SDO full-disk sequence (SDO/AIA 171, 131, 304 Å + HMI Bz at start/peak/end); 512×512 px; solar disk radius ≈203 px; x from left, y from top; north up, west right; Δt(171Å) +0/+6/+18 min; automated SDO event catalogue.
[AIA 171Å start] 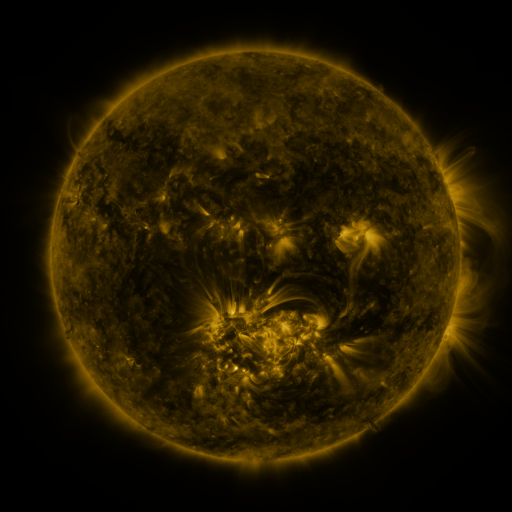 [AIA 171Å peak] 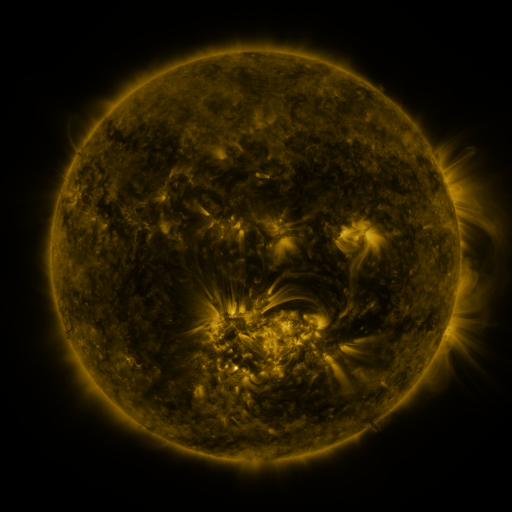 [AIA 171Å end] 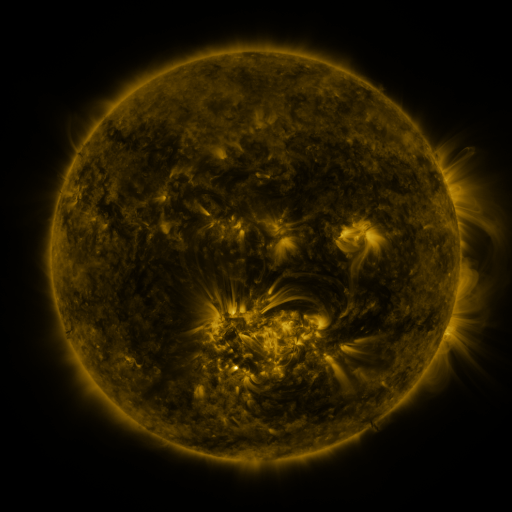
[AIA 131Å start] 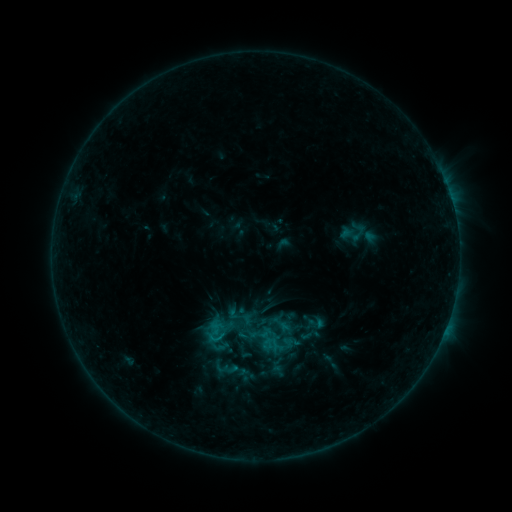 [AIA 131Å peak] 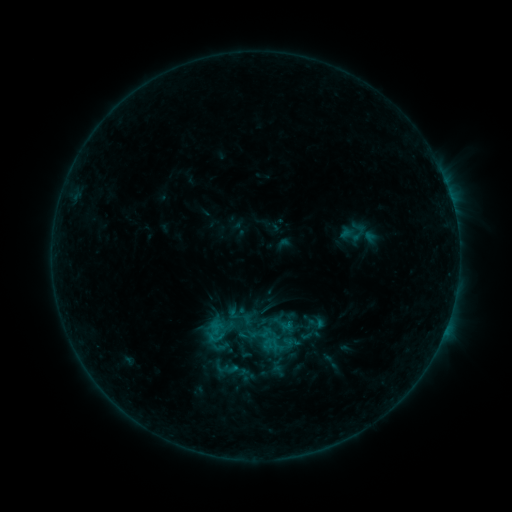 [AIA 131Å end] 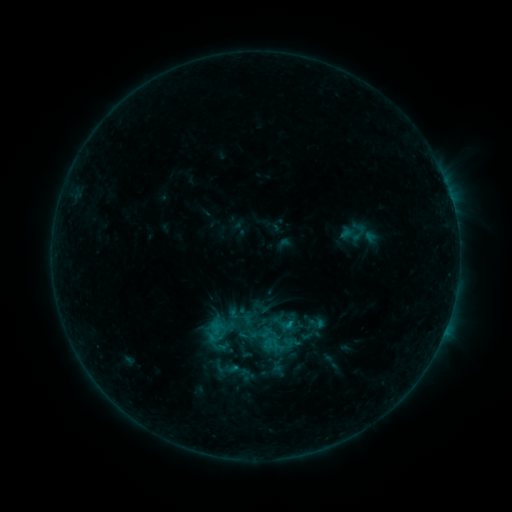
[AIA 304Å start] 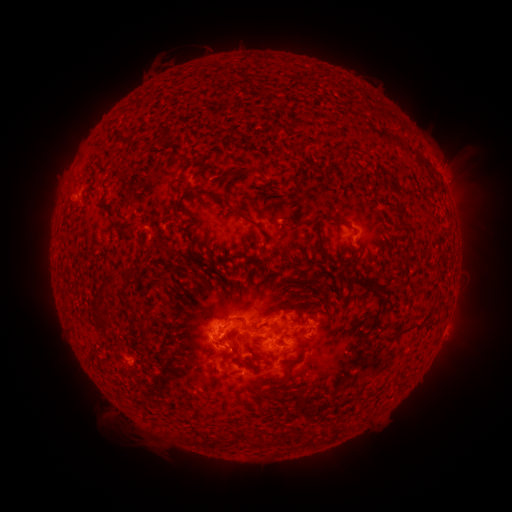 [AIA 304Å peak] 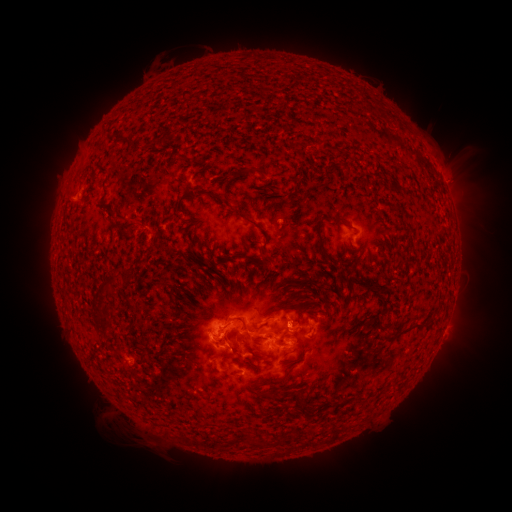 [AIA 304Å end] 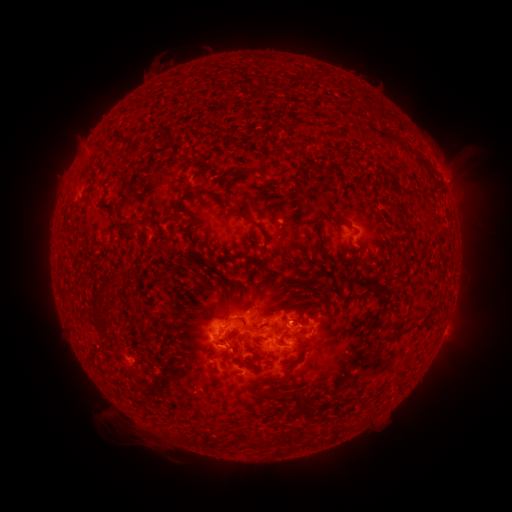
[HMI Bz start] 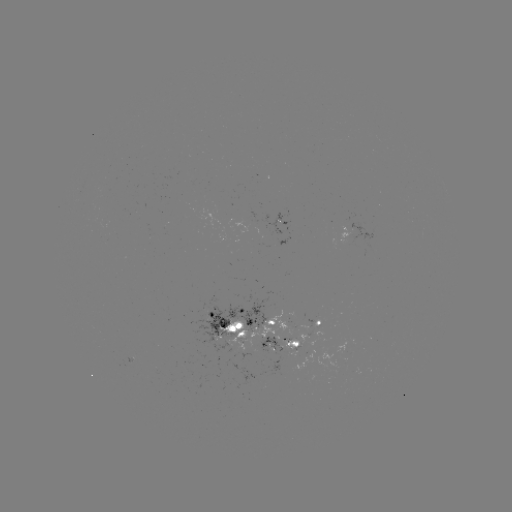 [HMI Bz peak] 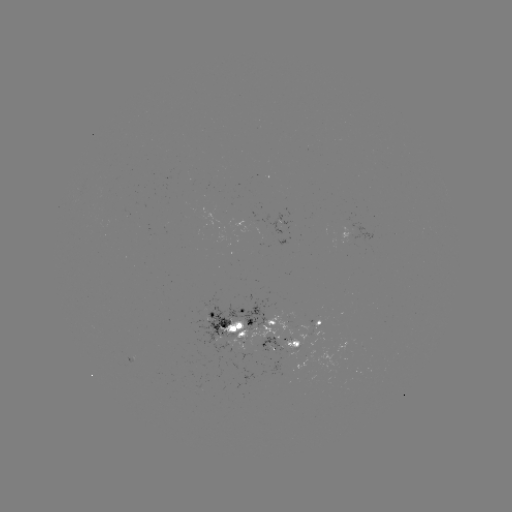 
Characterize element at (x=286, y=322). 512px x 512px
C1.3 flare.